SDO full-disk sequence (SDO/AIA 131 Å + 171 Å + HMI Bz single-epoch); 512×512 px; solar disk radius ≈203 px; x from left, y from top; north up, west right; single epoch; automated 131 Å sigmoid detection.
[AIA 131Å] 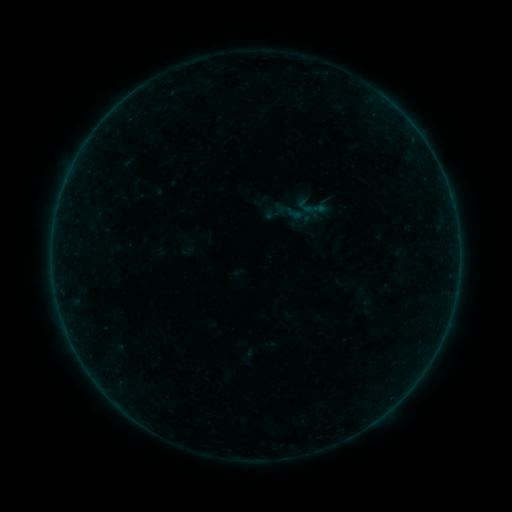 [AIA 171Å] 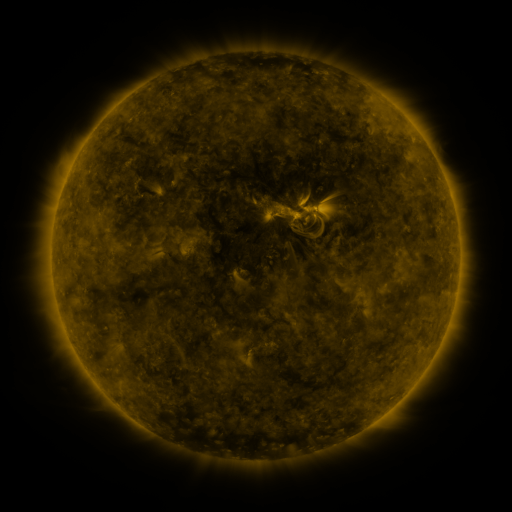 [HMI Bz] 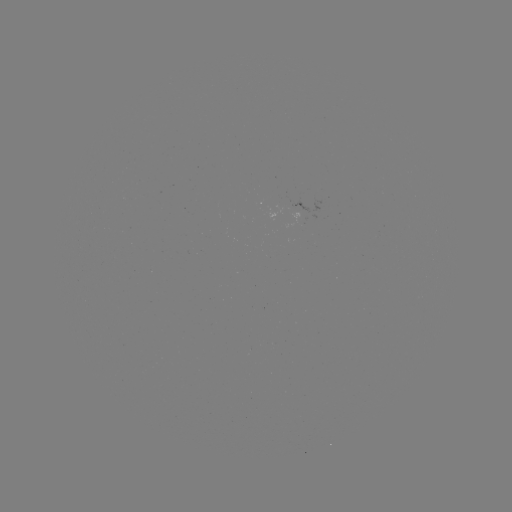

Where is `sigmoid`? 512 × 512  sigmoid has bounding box [294, 190, 329, 224].